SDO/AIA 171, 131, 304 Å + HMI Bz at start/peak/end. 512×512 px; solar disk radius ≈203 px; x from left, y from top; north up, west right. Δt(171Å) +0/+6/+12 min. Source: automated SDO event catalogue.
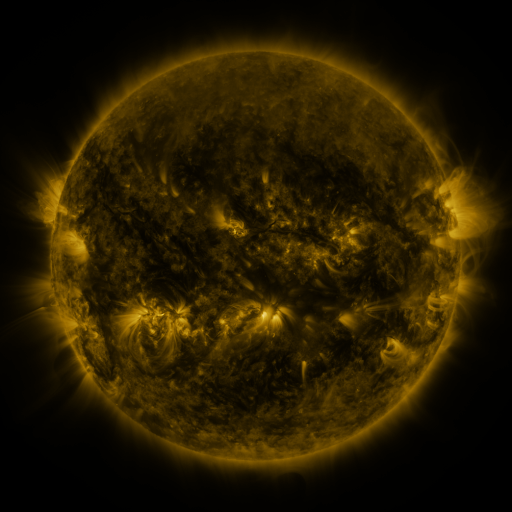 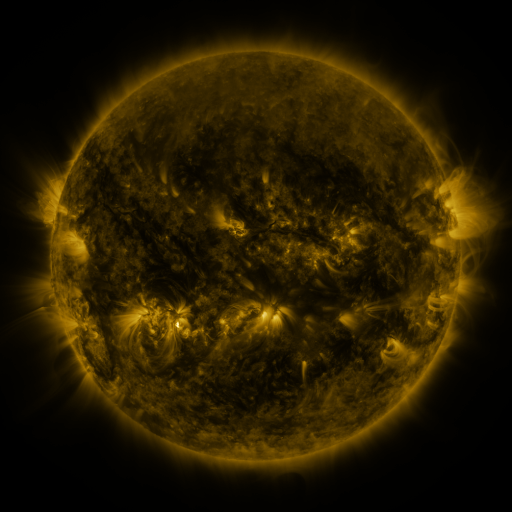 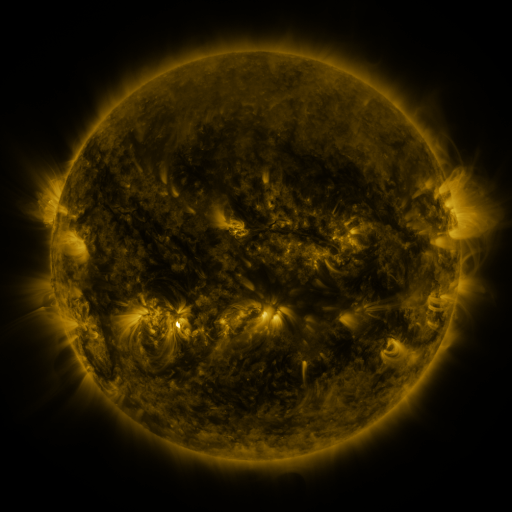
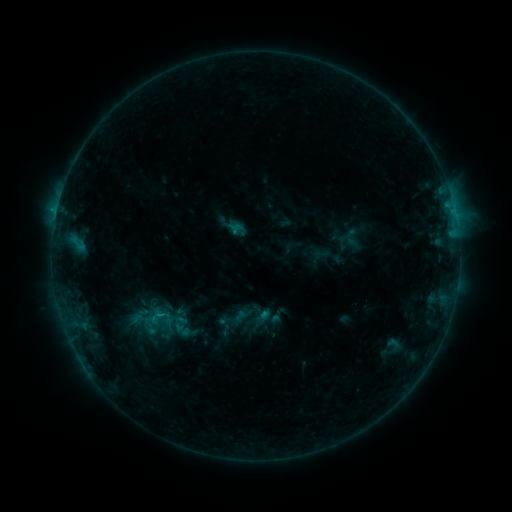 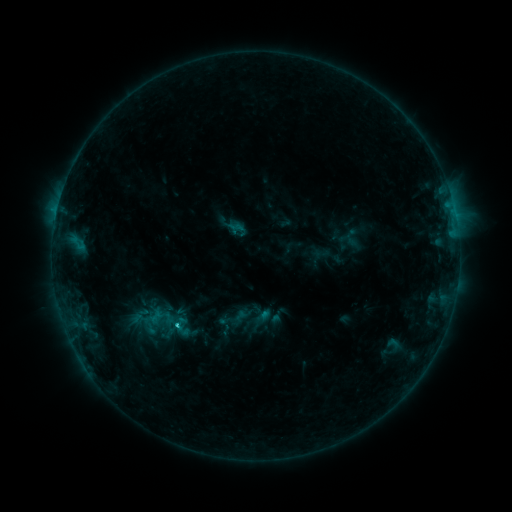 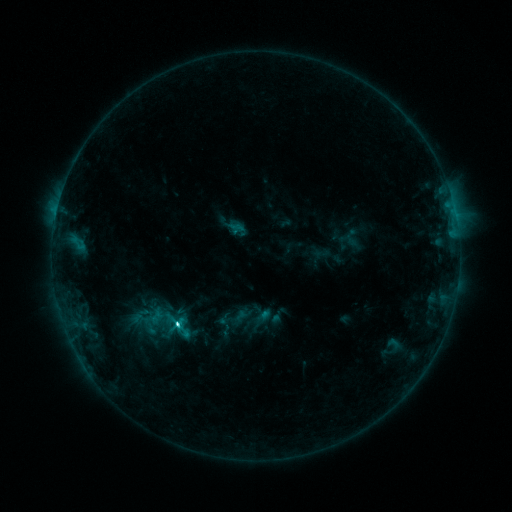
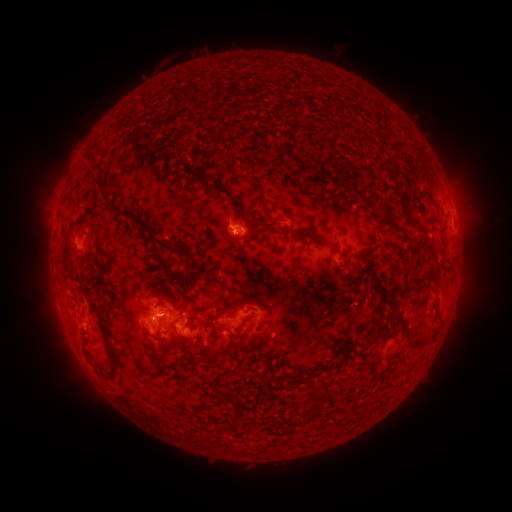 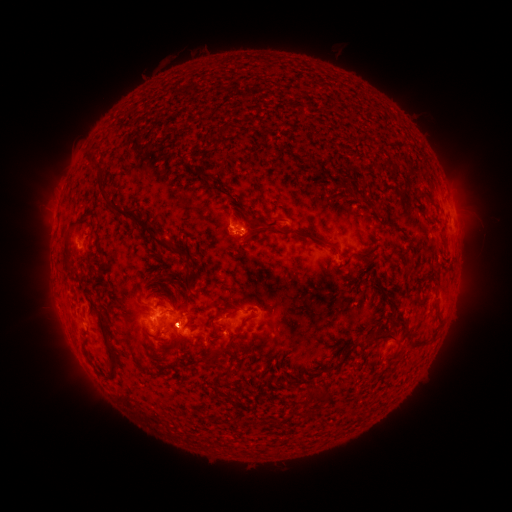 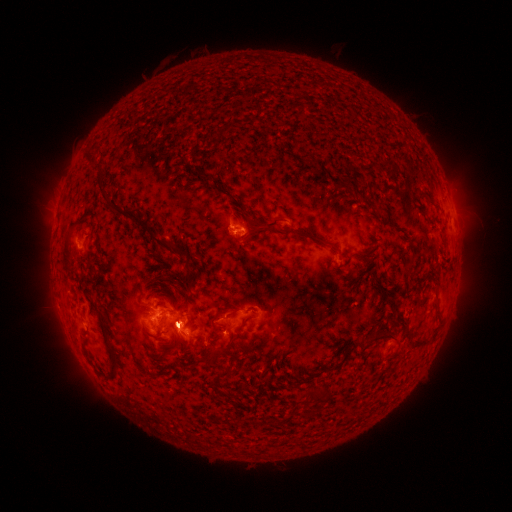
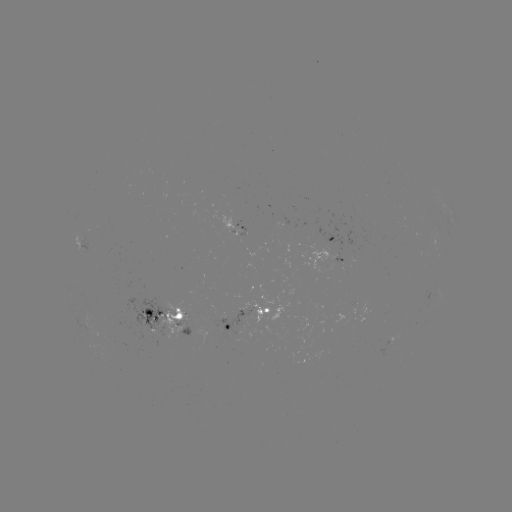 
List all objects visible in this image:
C7.0 flare: (178, 323)
